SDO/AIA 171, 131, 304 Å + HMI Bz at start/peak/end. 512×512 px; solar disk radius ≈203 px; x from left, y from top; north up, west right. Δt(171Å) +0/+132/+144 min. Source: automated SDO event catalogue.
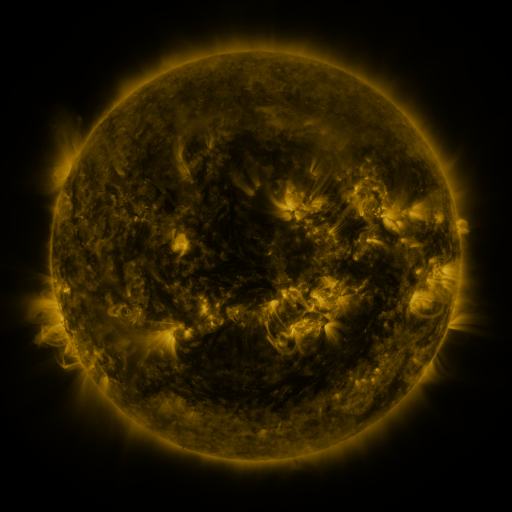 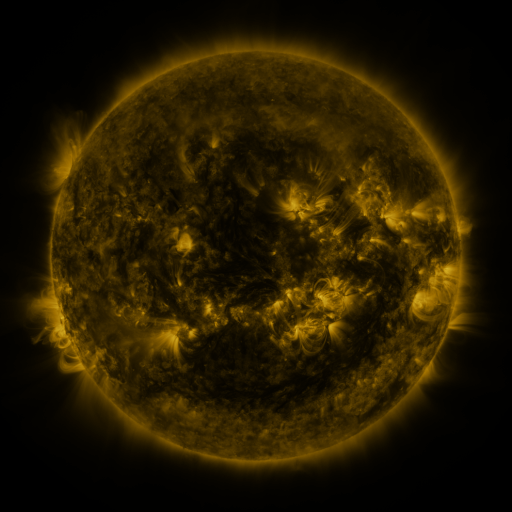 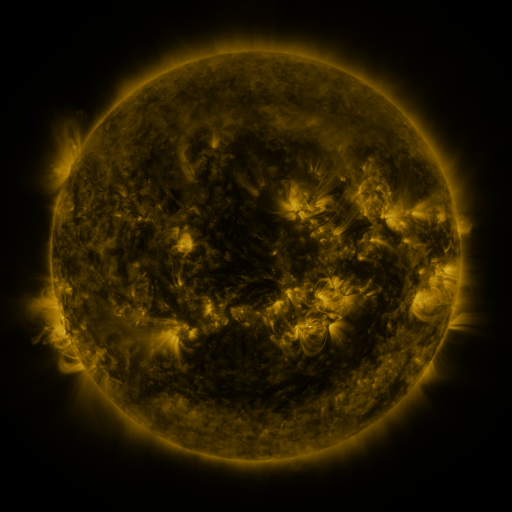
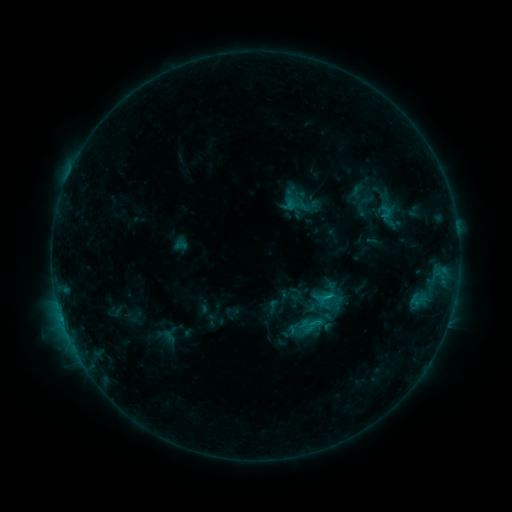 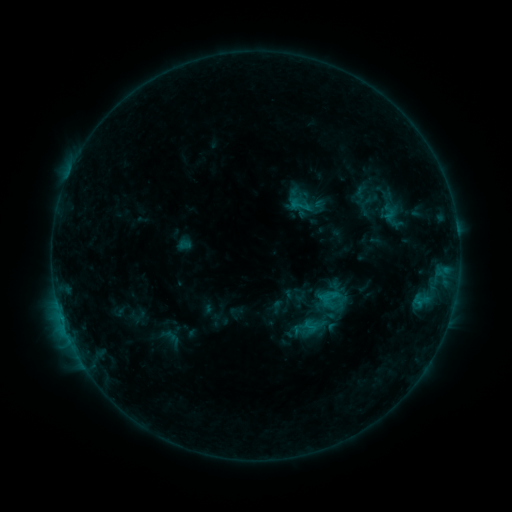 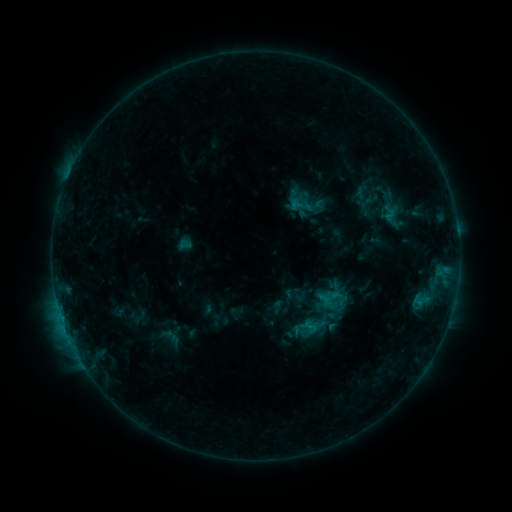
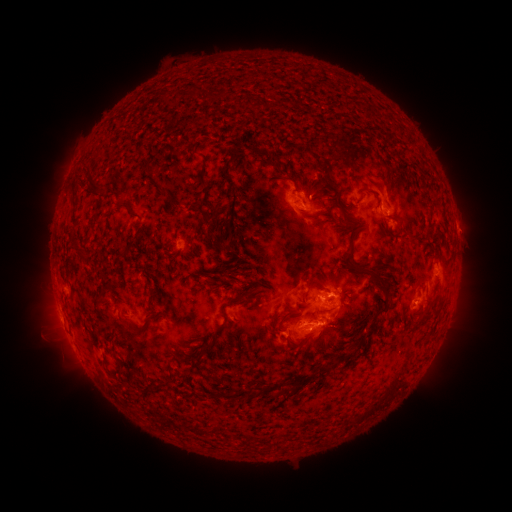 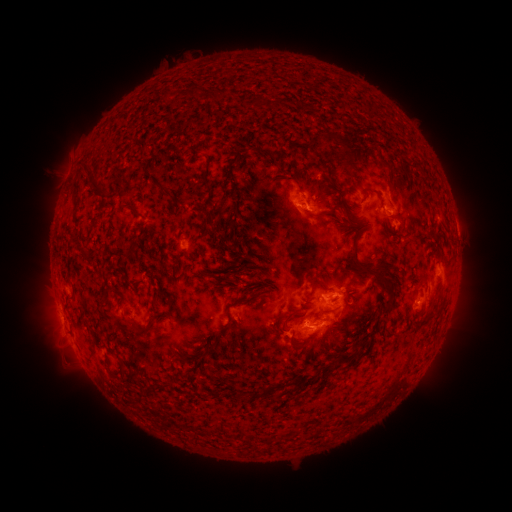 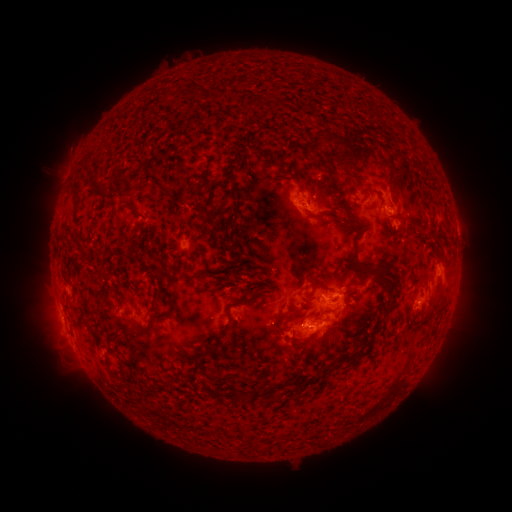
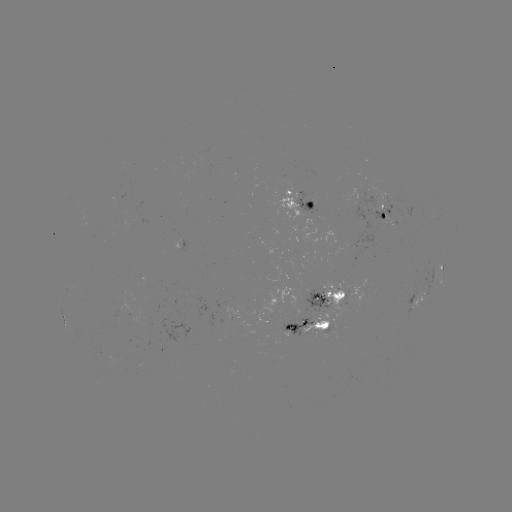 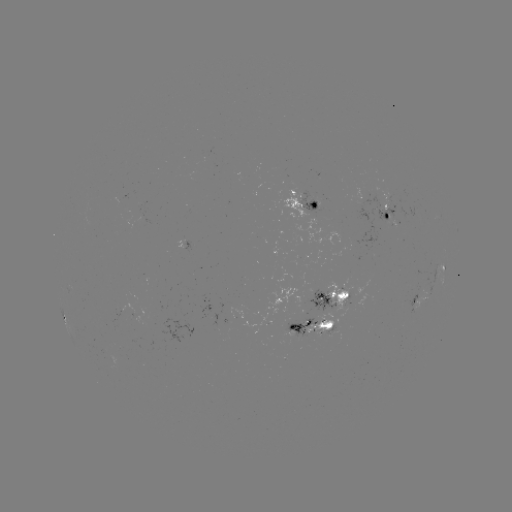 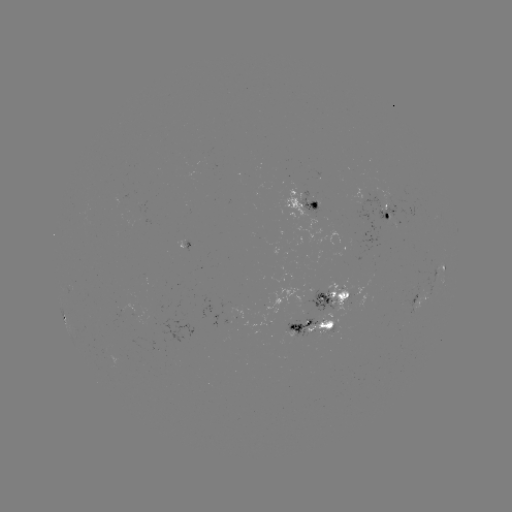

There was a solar emerging-flux region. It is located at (310, 200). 